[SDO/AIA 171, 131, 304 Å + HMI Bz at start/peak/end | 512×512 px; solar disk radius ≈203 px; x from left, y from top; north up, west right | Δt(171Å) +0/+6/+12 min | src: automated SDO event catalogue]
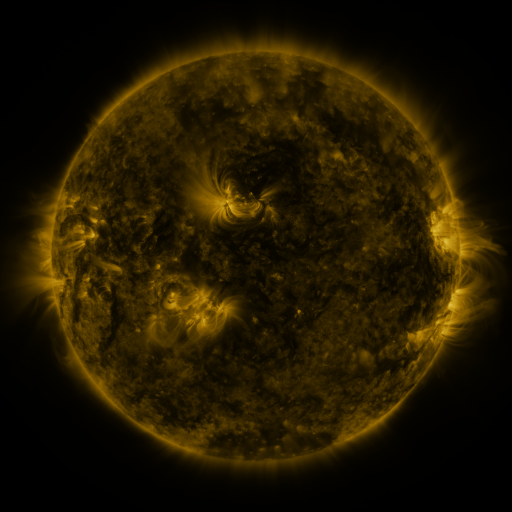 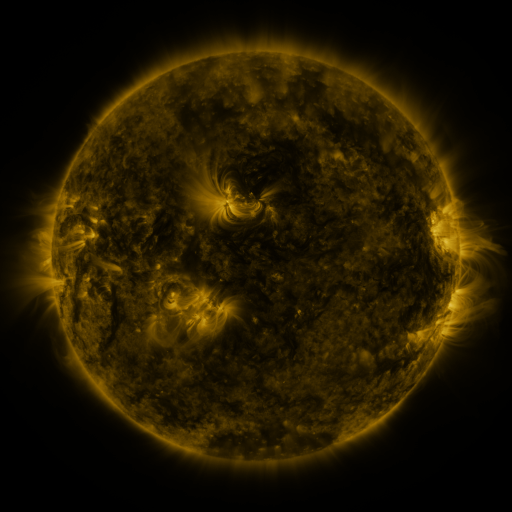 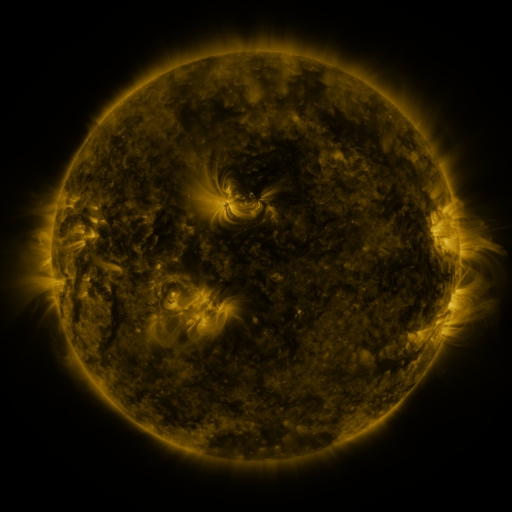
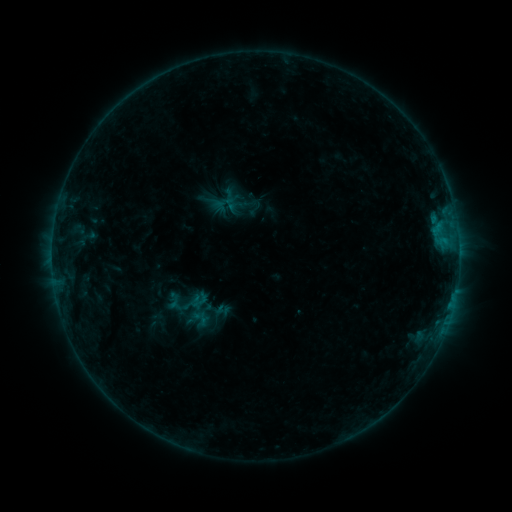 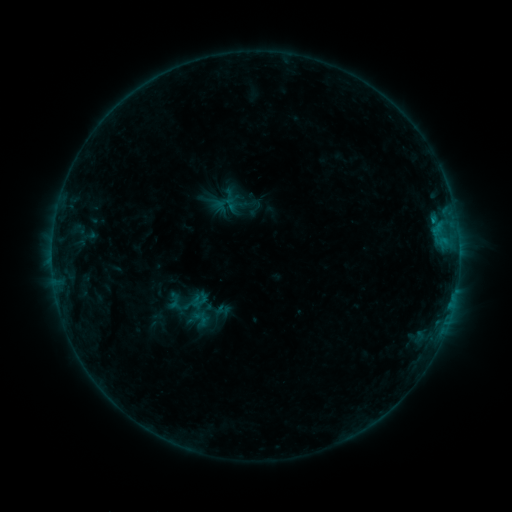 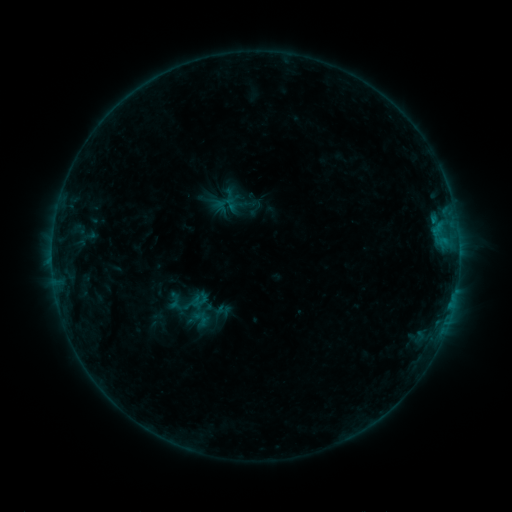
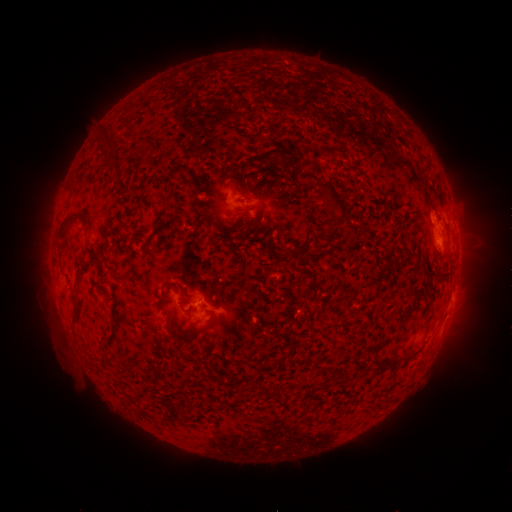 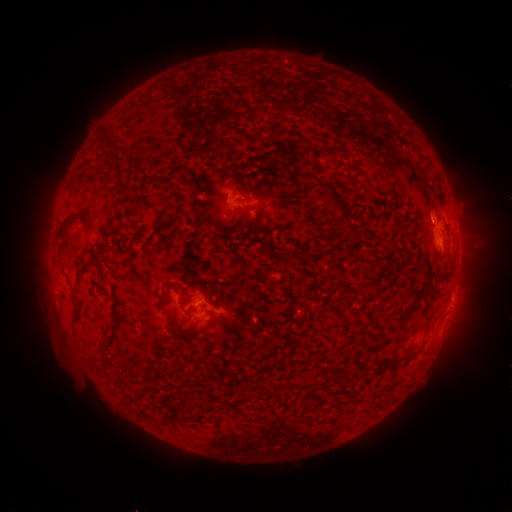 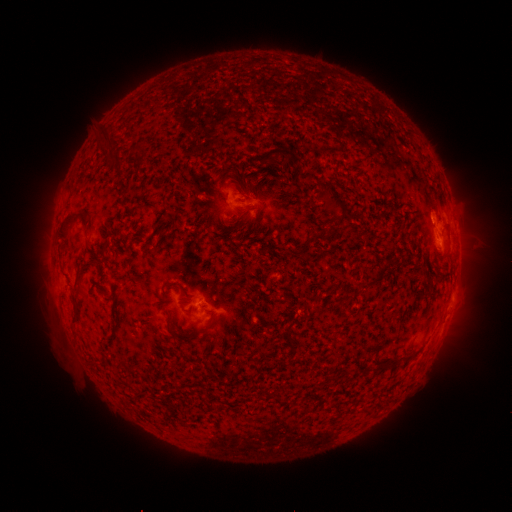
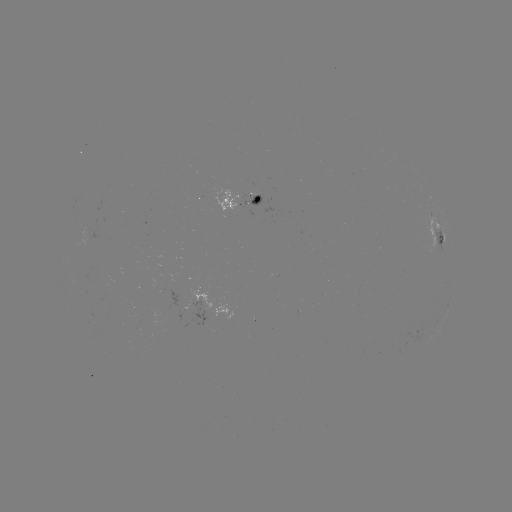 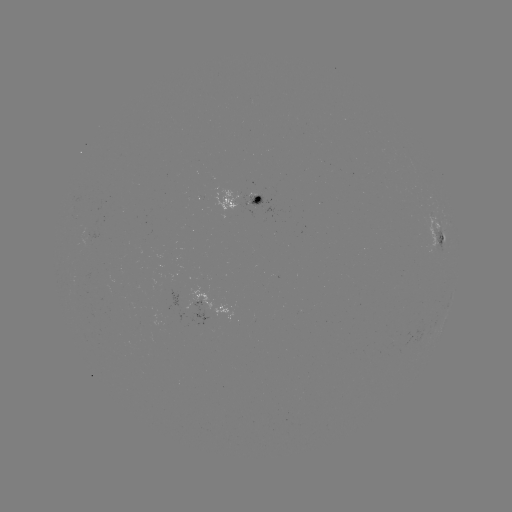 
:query B4.1 flare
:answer (431, 221)